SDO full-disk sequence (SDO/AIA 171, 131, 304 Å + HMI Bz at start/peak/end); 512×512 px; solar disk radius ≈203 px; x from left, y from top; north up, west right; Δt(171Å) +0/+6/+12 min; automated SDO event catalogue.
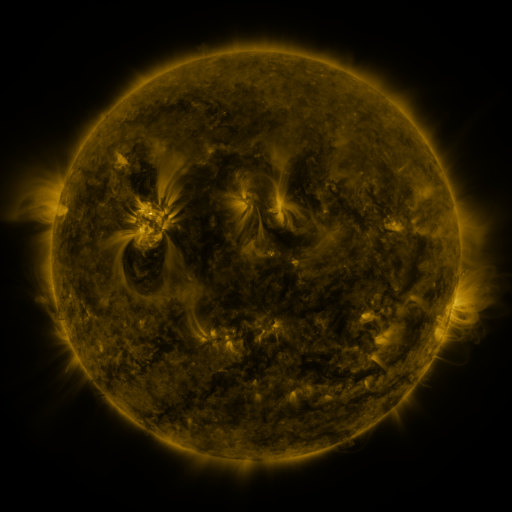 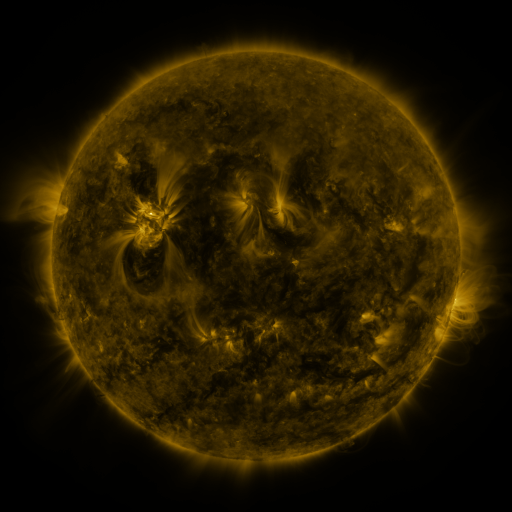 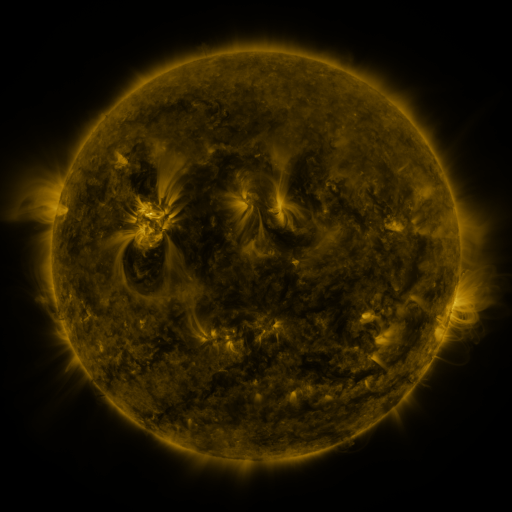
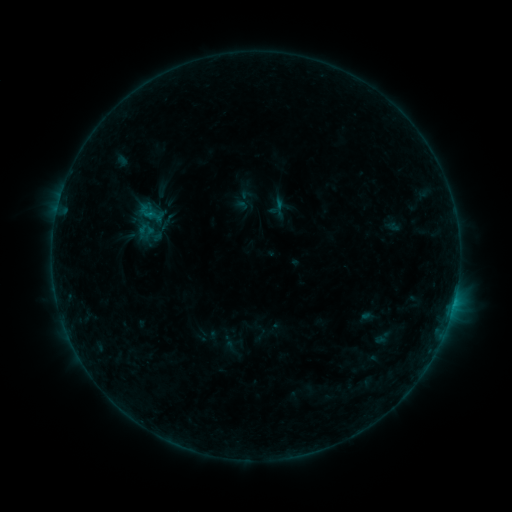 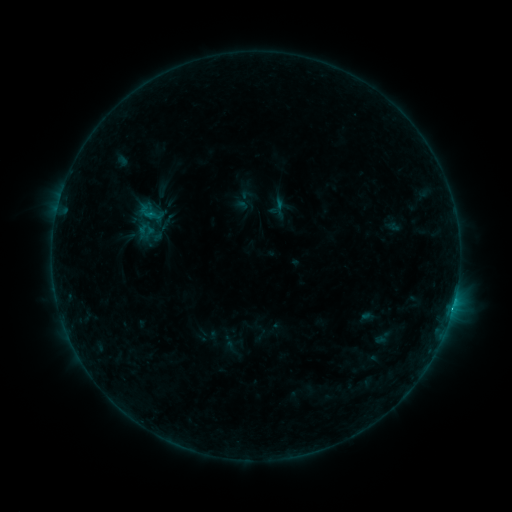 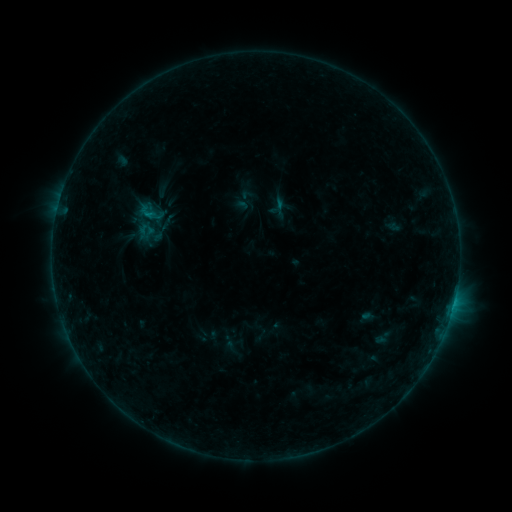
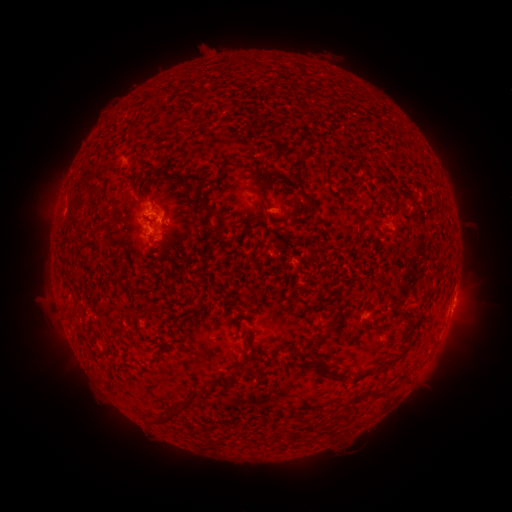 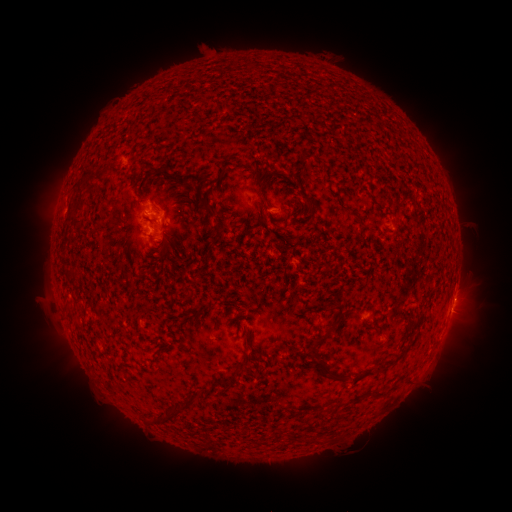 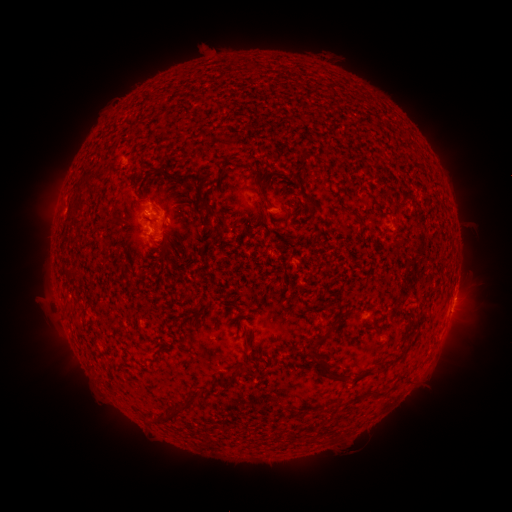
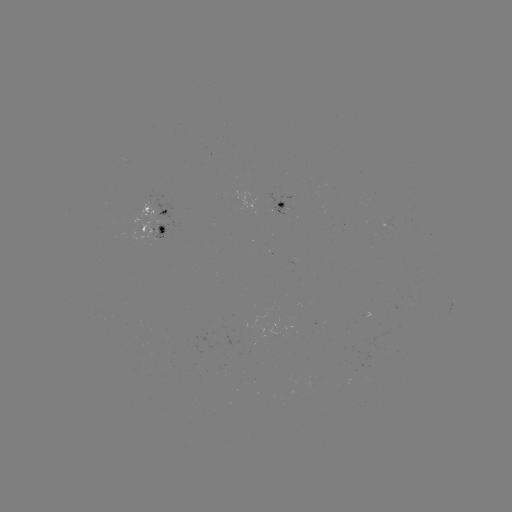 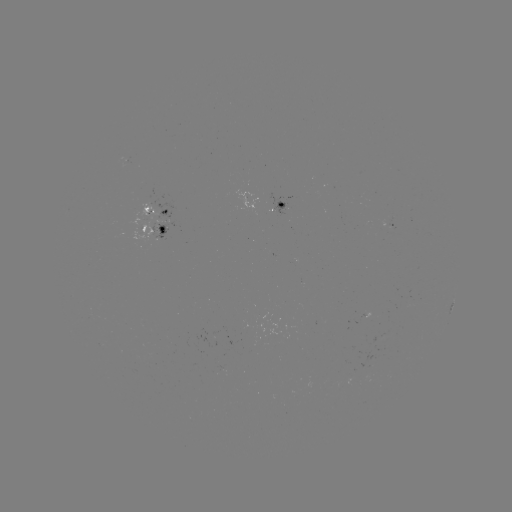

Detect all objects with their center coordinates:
B6.2 flare: (452, 308)
